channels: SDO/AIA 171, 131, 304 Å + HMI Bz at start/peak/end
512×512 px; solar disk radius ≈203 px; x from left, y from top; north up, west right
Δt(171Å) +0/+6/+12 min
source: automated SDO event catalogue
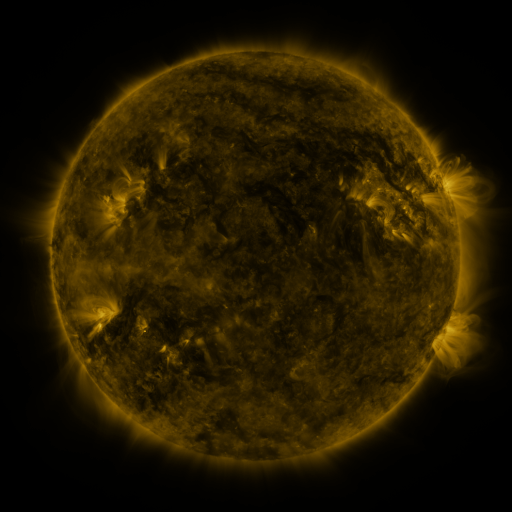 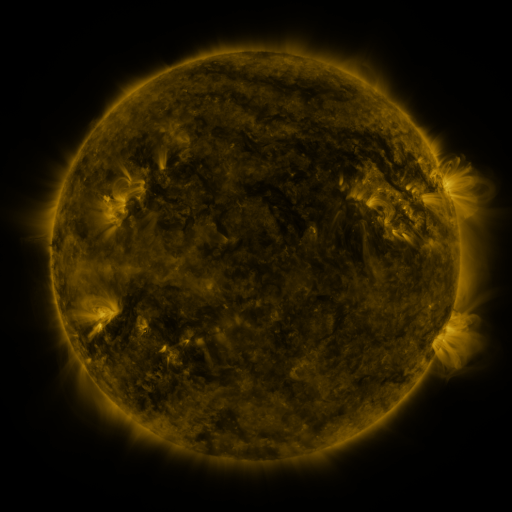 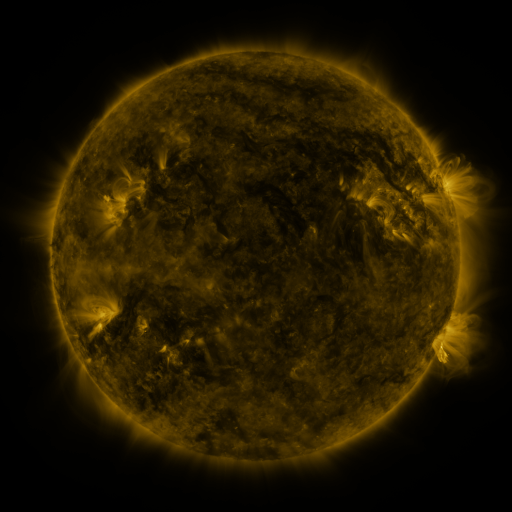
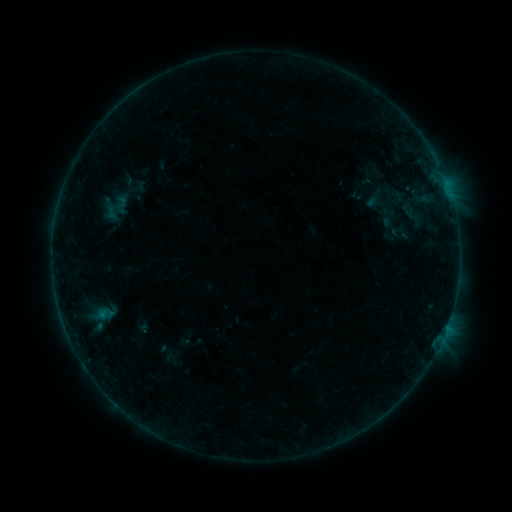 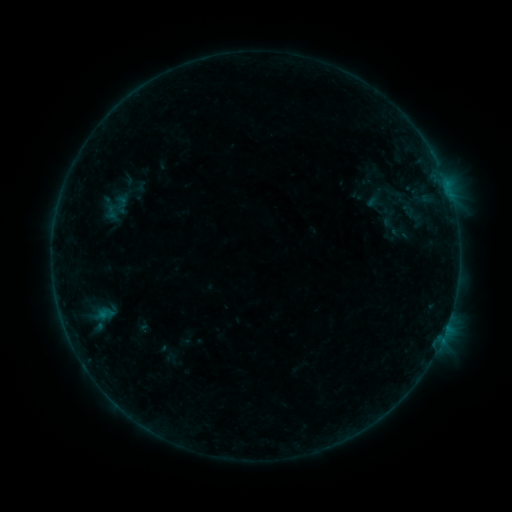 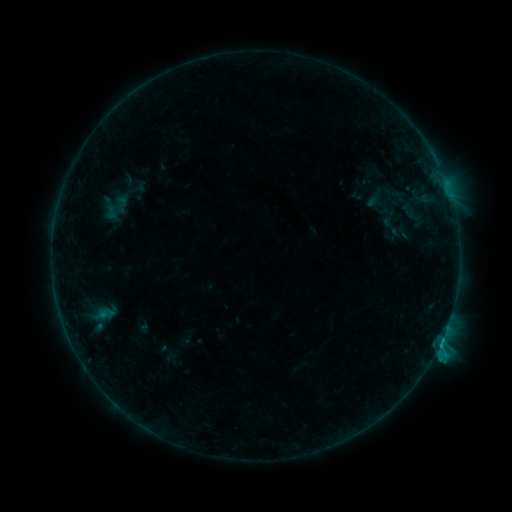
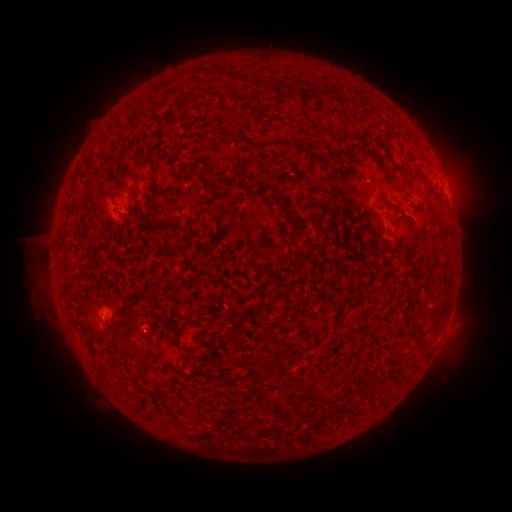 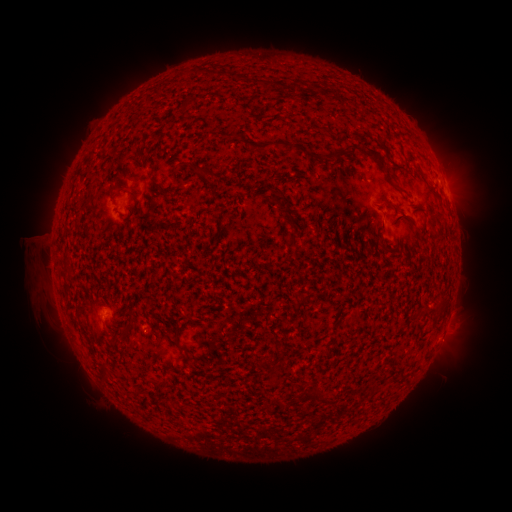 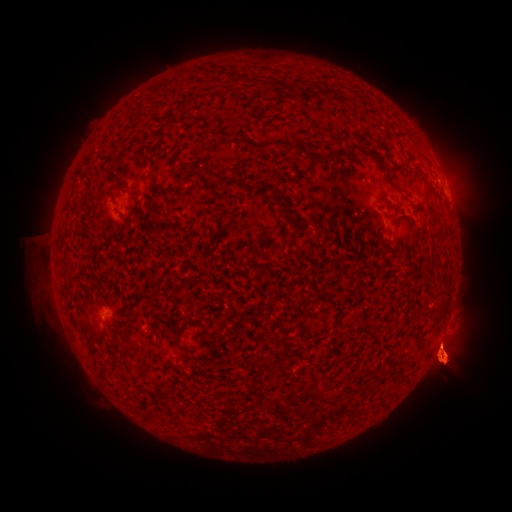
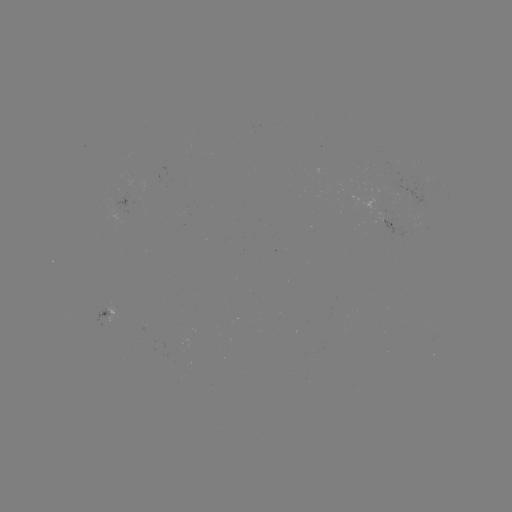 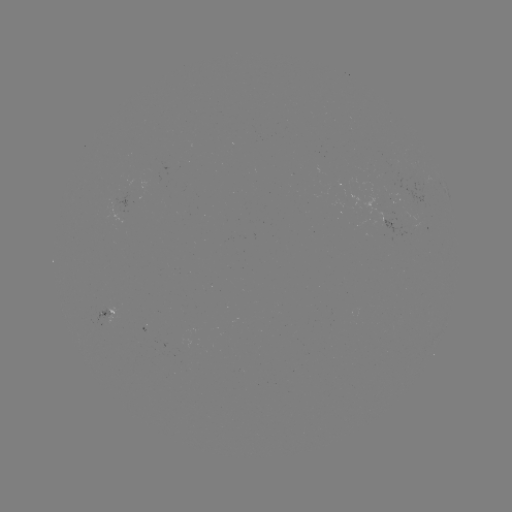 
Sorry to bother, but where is C2.9 flare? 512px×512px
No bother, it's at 440,341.